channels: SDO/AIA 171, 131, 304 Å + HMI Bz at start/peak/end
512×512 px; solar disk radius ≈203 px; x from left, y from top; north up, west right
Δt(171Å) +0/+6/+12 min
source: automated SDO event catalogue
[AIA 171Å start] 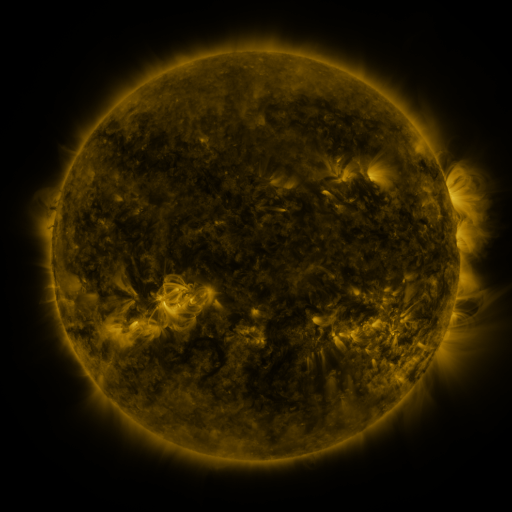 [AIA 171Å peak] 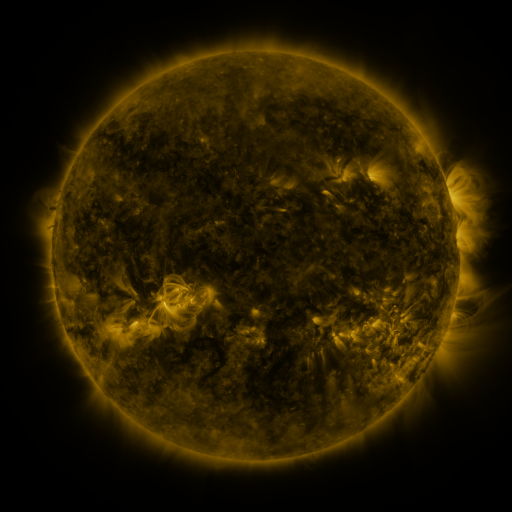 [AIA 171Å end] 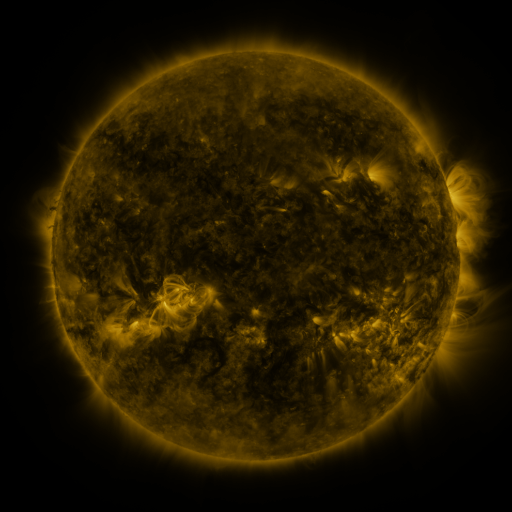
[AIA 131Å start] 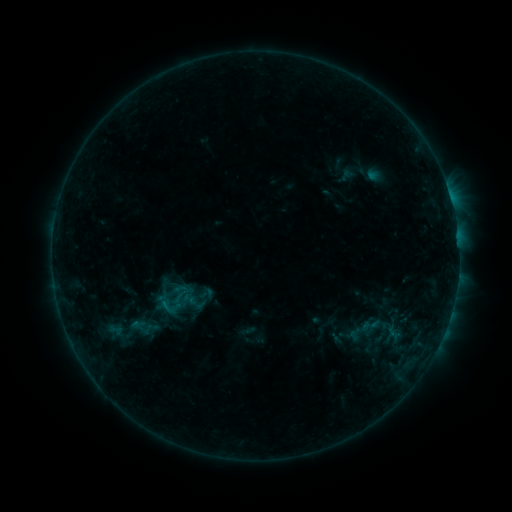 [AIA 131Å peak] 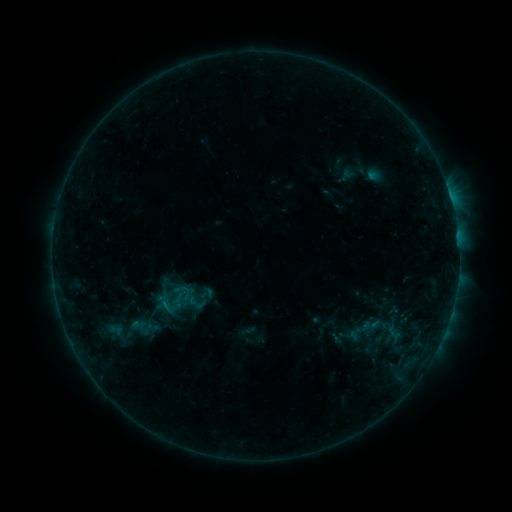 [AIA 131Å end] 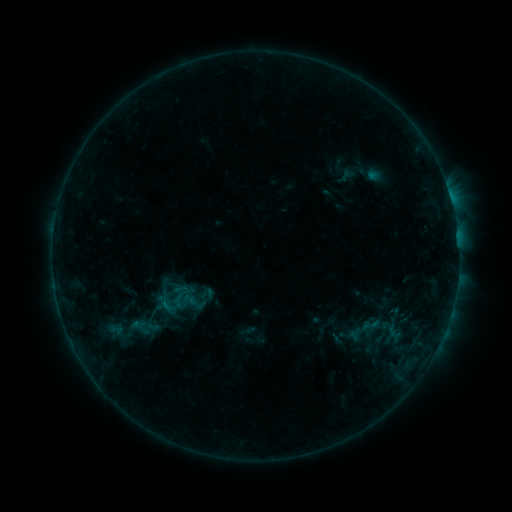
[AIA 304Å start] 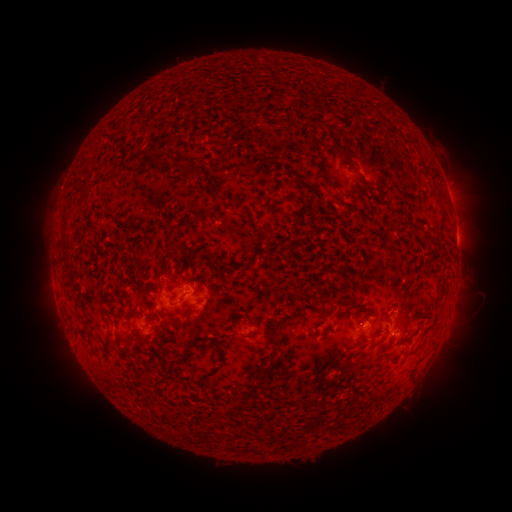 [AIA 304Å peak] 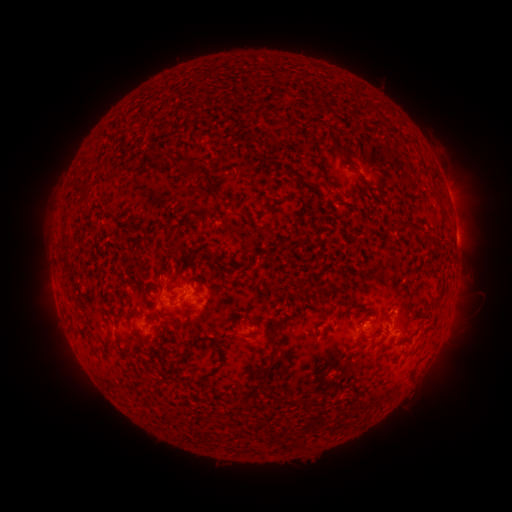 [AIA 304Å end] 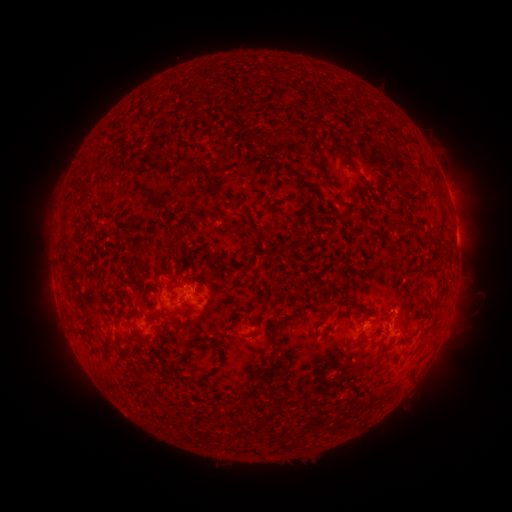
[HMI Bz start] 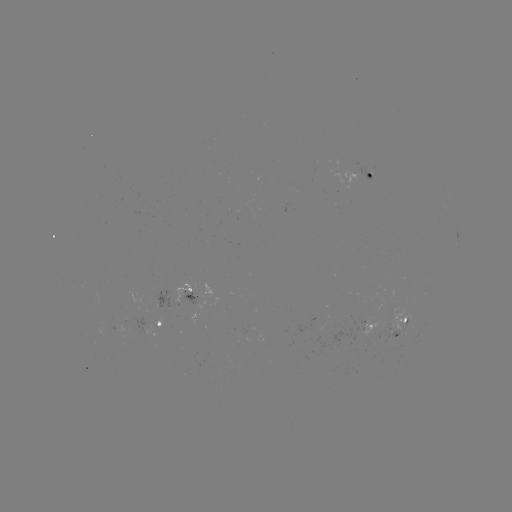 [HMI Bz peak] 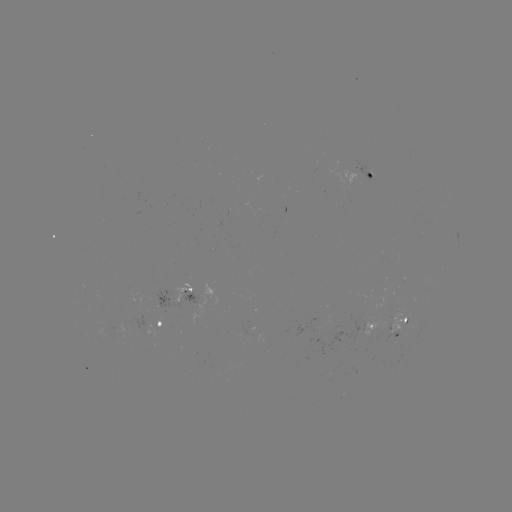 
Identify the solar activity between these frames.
no flare in any classed list; no EUV-trigger detection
